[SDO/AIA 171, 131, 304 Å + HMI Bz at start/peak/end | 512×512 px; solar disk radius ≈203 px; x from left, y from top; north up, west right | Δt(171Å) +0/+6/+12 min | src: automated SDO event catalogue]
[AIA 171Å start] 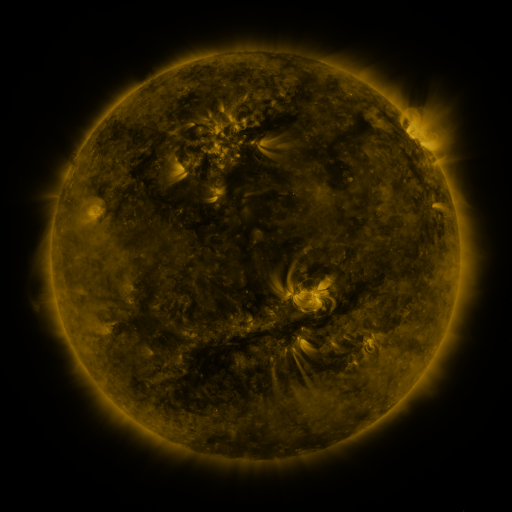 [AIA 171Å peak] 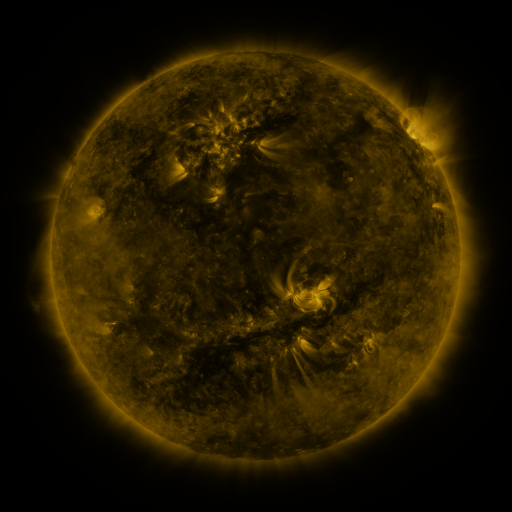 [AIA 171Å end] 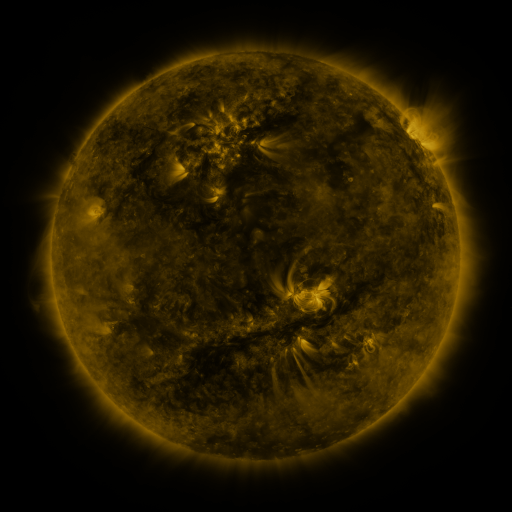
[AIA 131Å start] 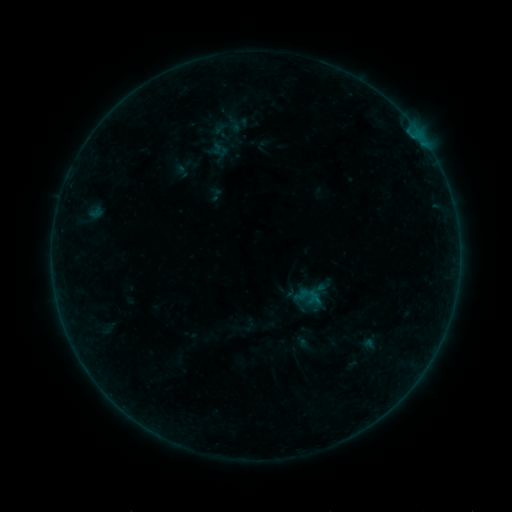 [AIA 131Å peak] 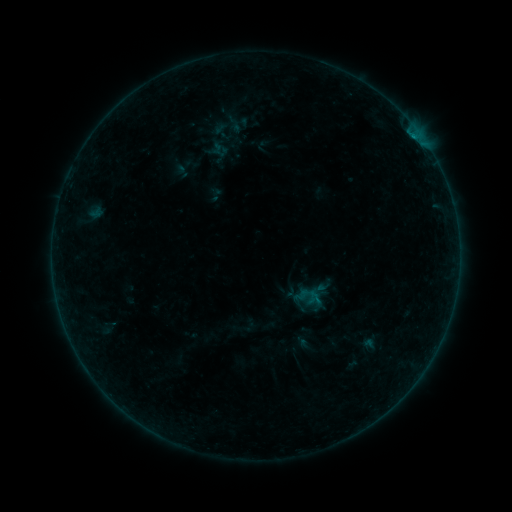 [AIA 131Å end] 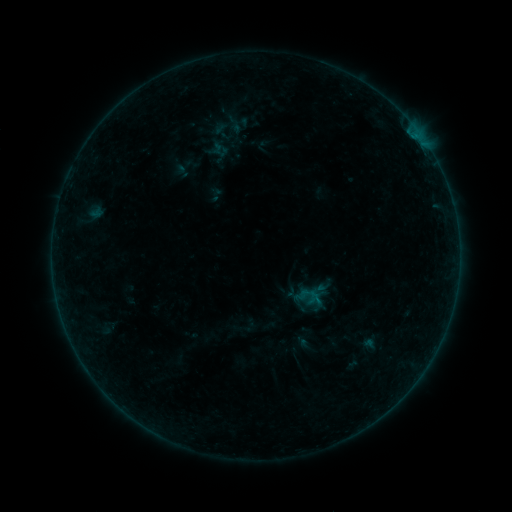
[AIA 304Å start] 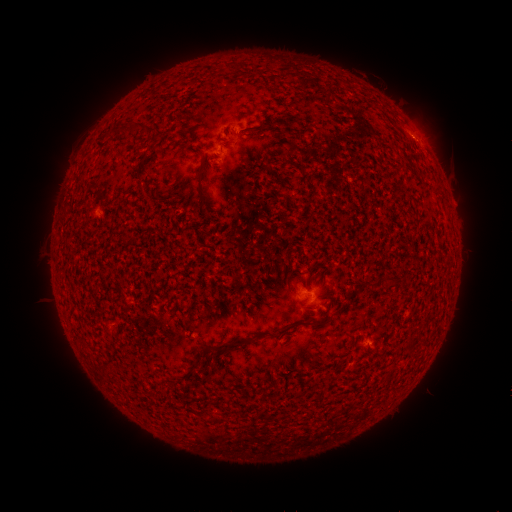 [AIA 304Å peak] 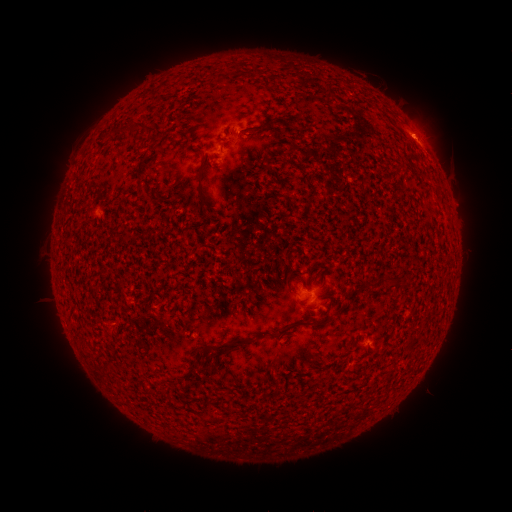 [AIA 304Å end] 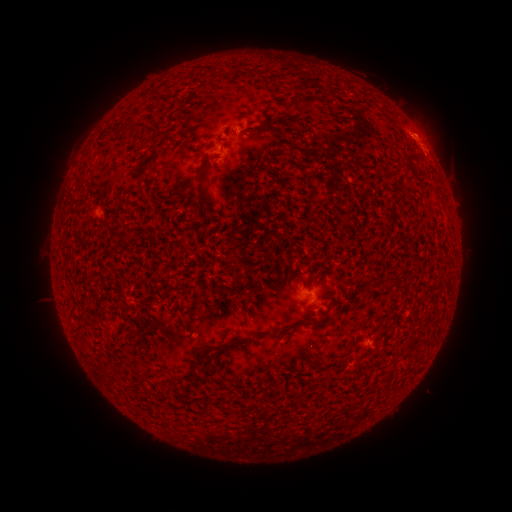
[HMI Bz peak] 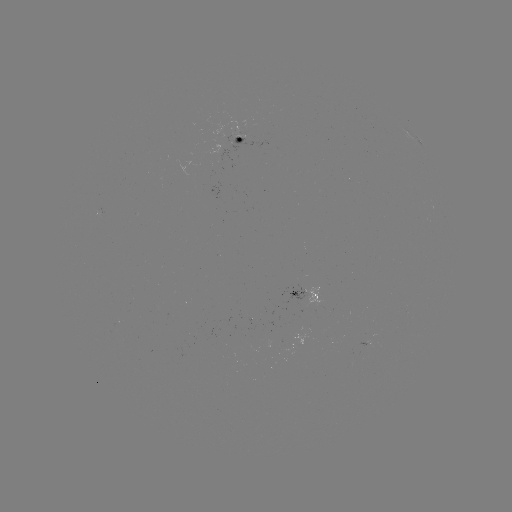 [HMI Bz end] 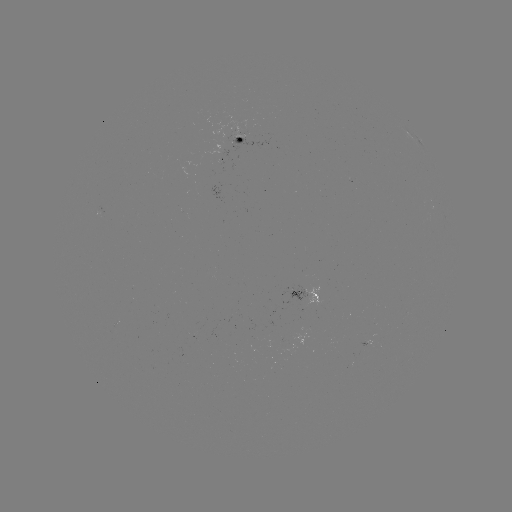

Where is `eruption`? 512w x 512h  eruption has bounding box [398, 99, 457, 171].